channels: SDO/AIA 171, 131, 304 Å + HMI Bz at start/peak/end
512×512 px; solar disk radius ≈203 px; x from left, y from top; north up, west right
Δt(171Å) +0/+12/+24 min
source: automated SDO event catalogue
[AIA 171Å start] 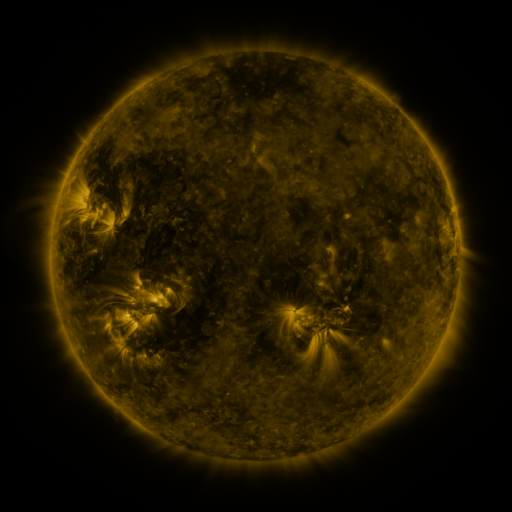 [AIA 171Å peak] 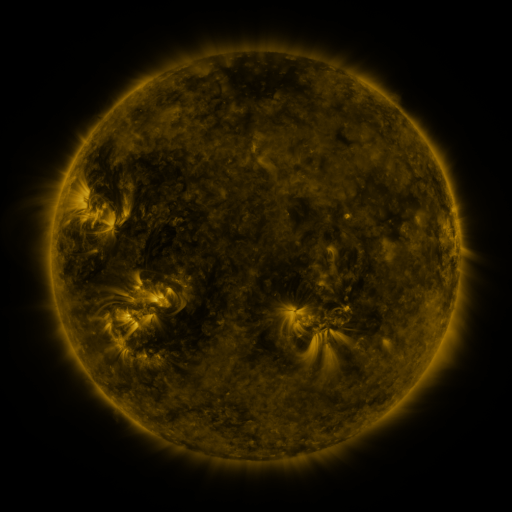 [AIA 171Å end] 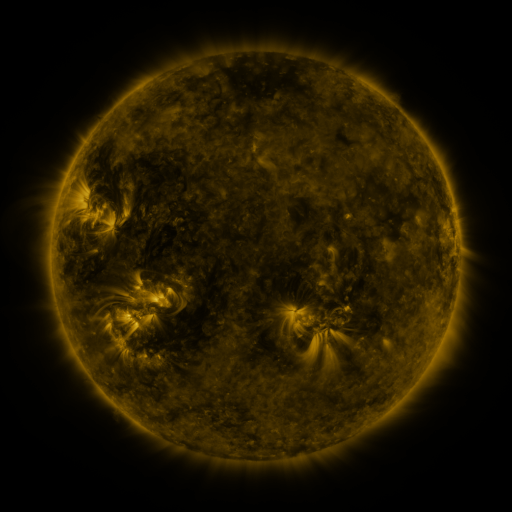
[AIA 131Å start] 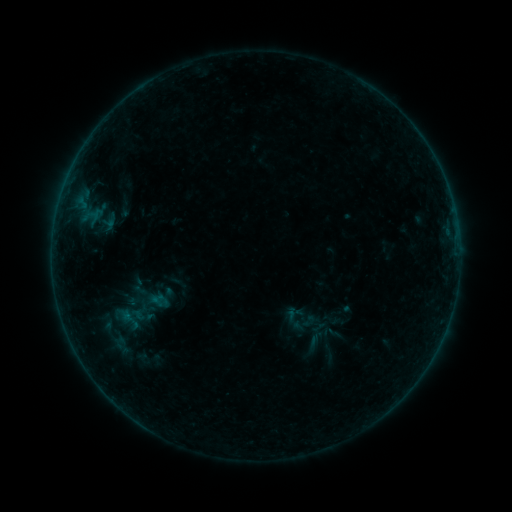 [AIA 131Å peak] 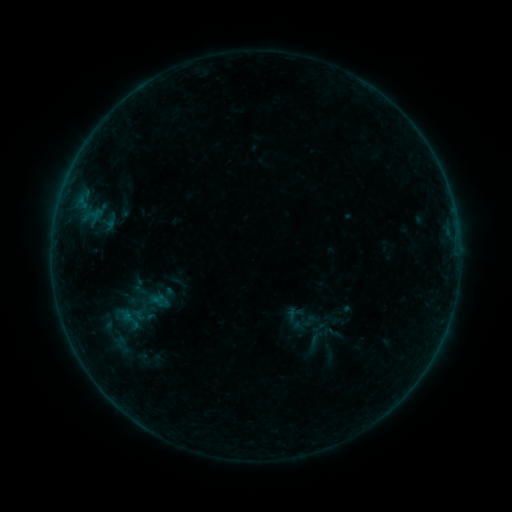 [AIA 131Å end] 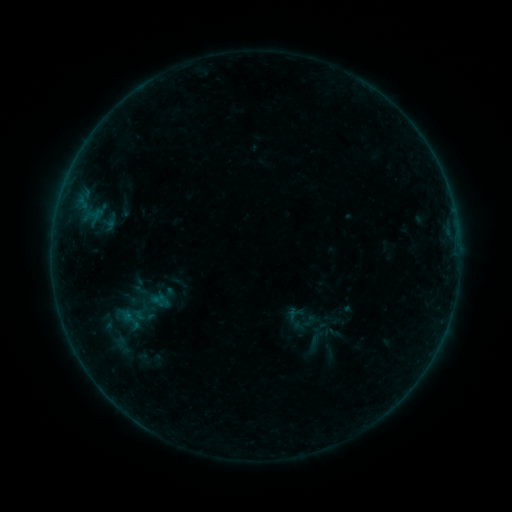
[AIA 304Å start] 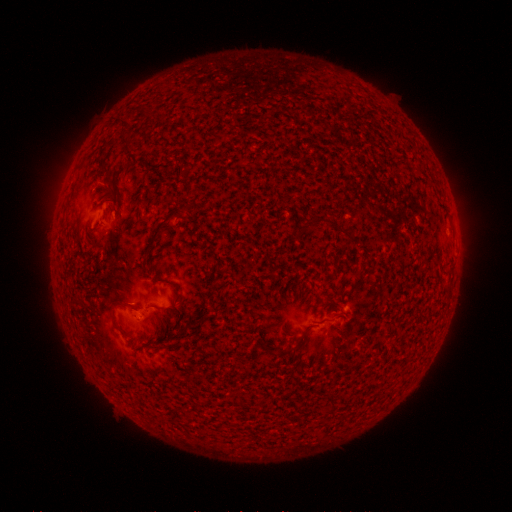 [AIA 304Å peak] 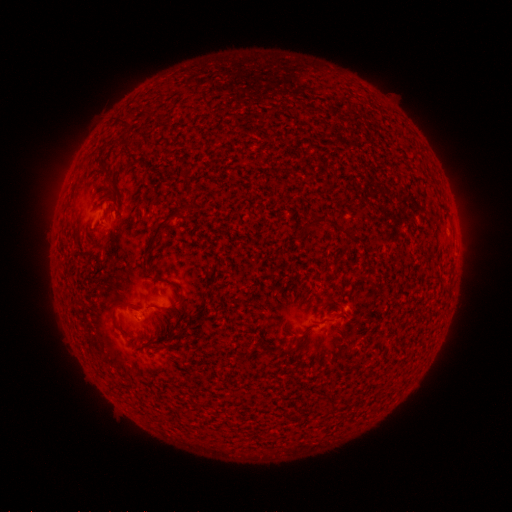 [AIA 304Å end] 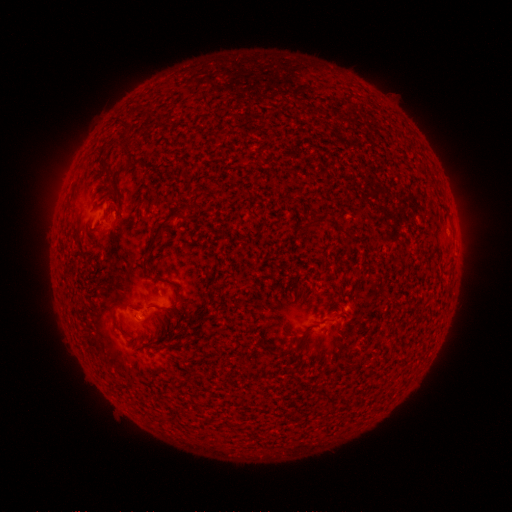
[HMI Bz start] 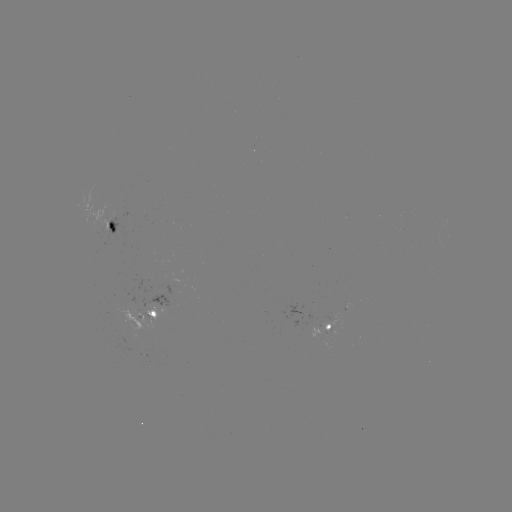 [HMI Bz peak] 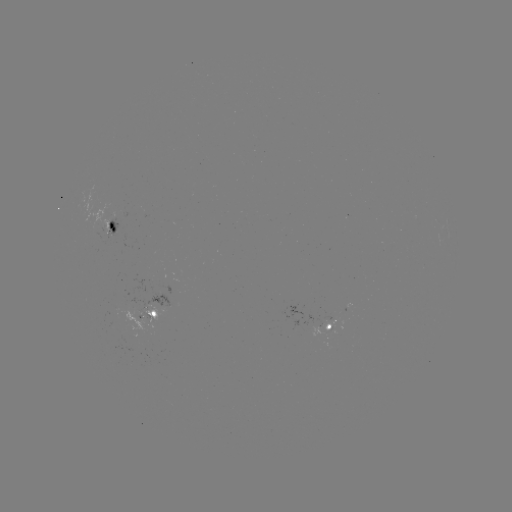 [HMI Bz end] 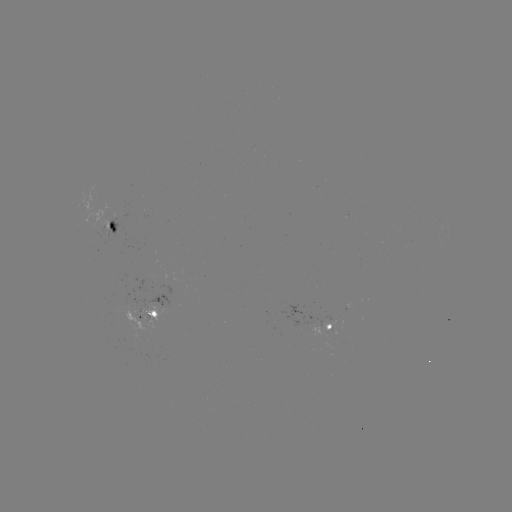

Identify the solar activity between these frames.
no classed flare was catalogued and no EUV brightening was flagged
